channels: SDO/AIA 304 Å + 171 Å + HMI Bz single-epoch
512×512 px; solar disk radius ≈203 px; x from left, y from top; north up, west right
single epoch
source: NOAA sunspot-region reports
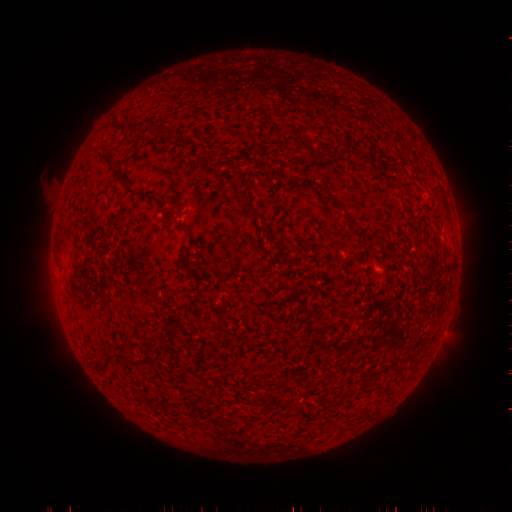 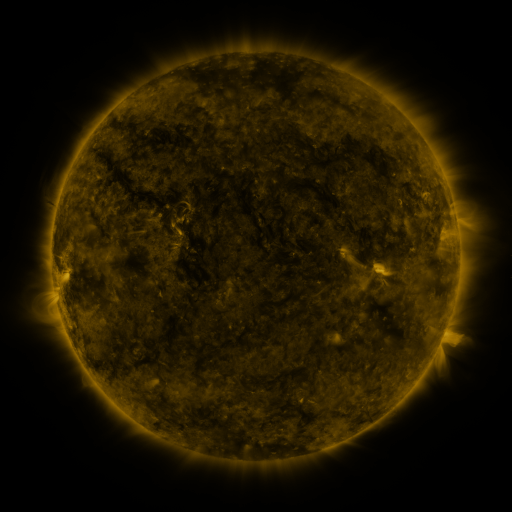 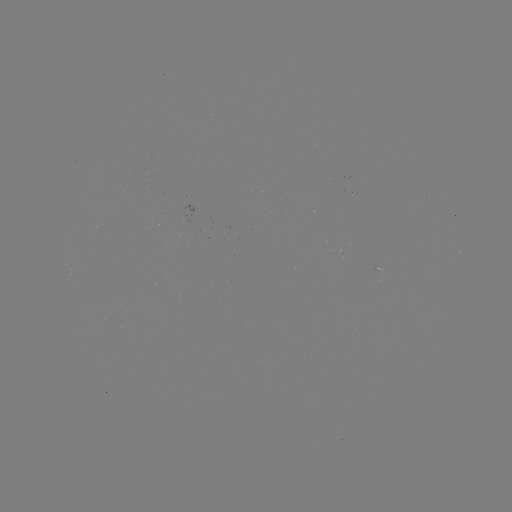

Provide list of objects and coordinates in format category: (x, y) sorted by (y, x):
(none)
